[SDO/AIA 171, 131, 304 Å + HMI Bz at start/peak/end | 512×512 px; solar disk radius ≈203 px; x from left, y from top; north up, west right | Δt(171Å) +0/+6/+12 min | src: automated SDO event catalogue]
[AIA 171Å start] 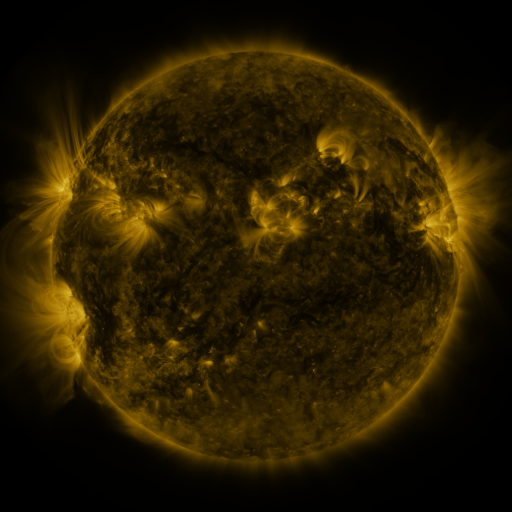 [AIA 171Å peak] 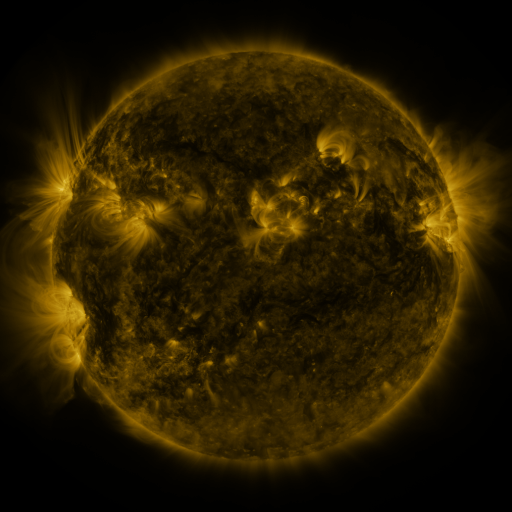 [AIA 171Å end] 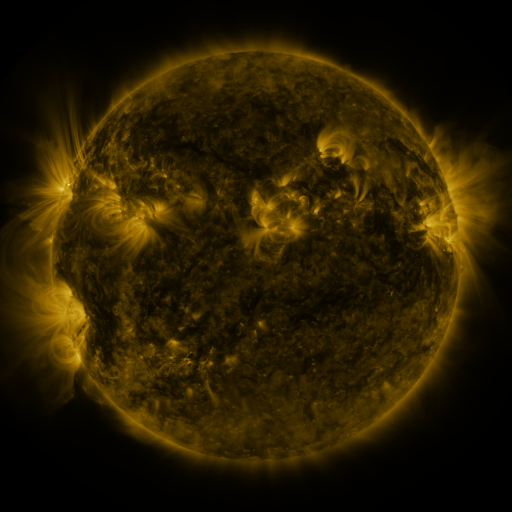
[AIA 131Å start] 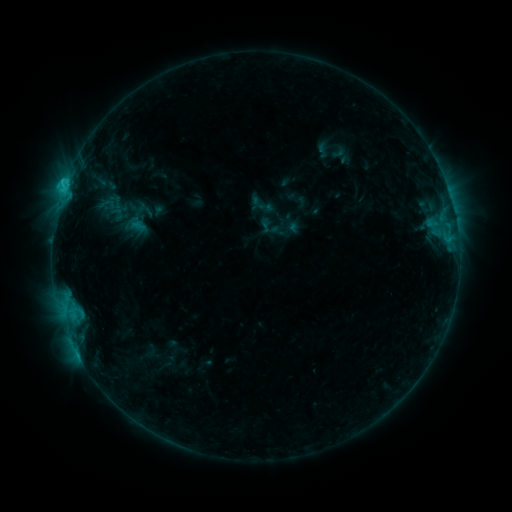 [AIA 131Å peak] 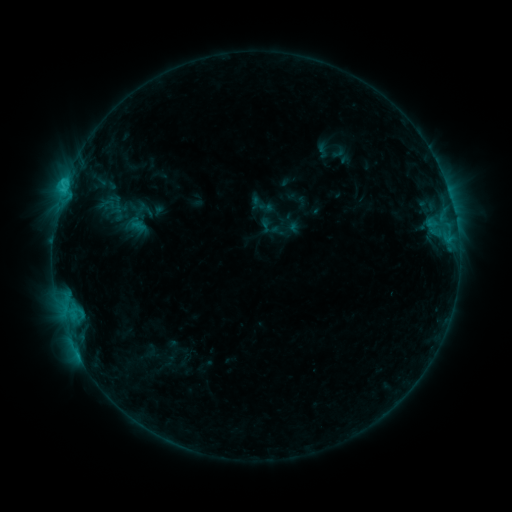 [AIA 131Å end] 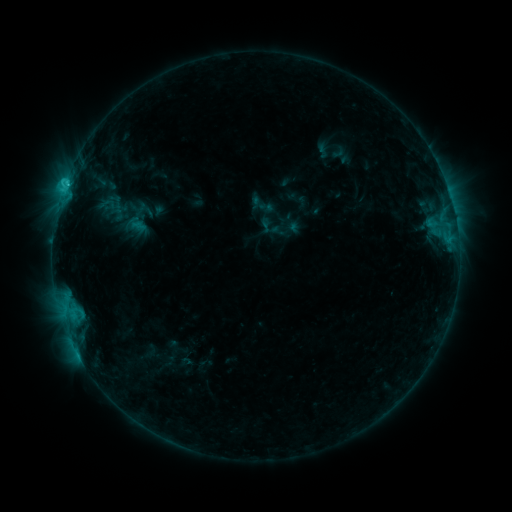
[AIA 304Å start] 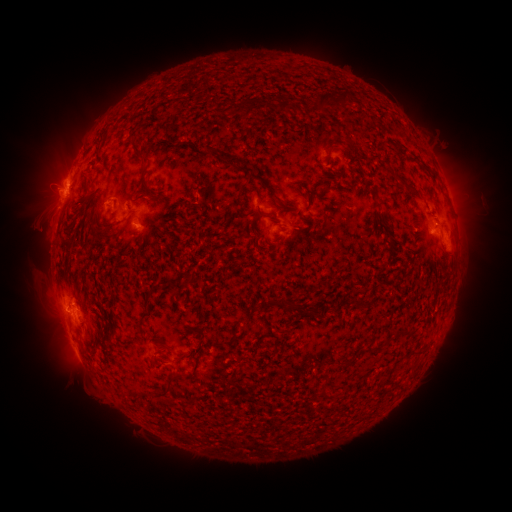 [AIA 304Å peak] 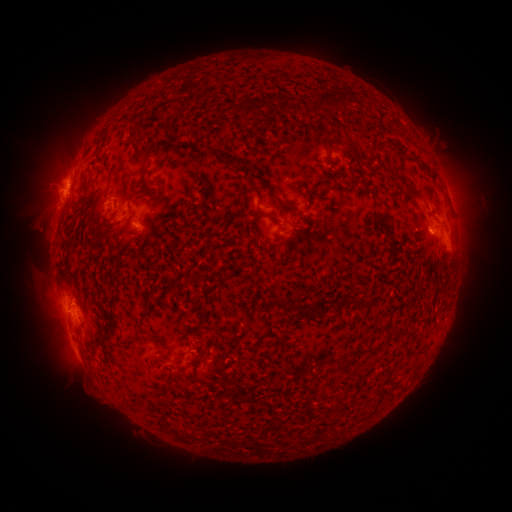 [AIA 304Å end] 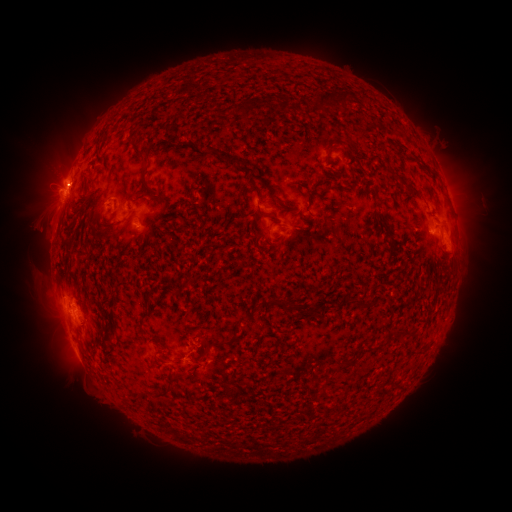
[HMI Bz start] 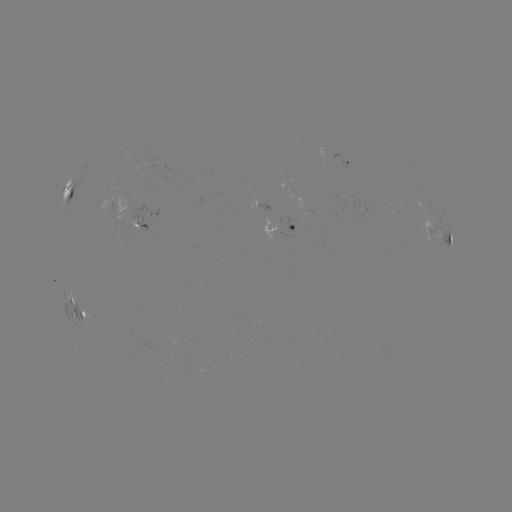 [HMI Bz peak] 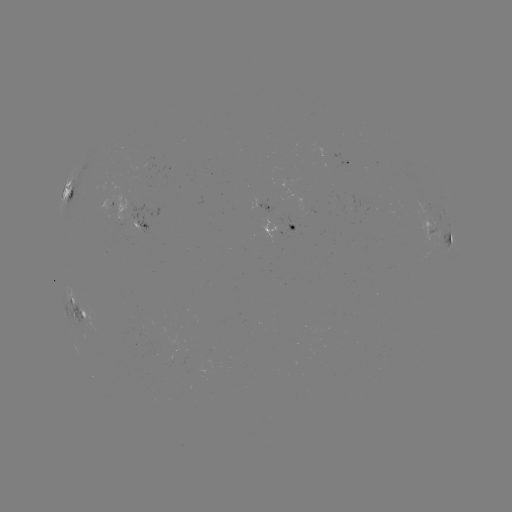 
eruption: [173, 331, 217, 384]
